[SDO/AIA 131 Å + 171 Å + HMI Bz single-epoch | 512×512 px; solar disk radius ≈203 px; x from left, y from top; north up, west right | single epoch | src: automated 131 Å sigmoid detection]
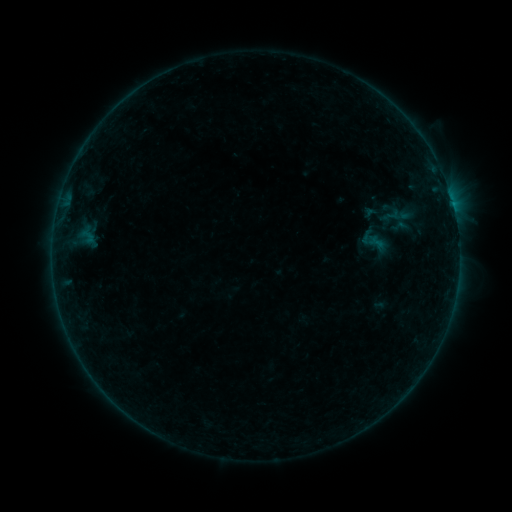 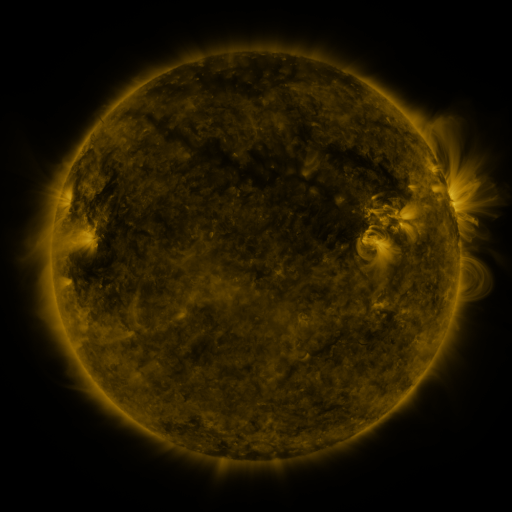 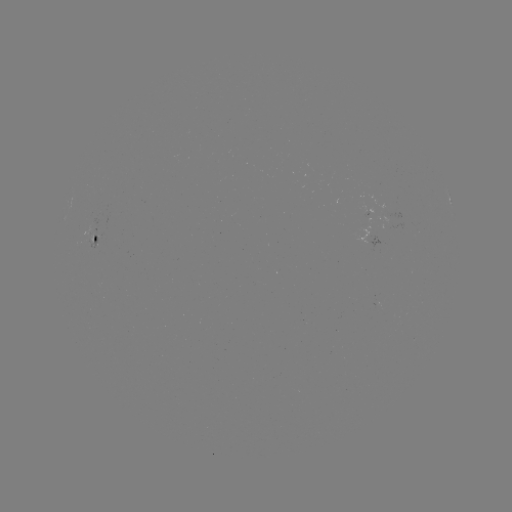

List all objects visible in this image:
sigmoid: <bbox>388, 218, 410, 235</bbox>
